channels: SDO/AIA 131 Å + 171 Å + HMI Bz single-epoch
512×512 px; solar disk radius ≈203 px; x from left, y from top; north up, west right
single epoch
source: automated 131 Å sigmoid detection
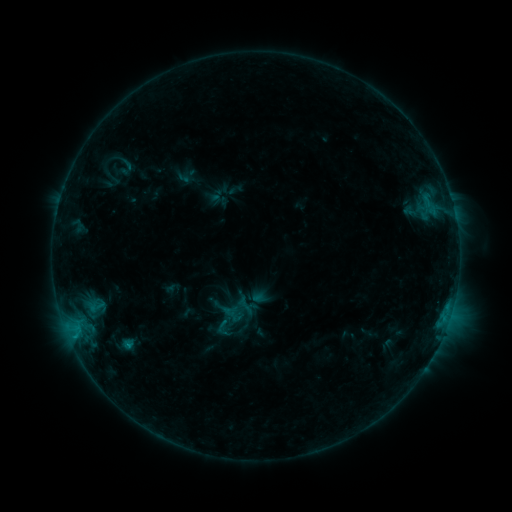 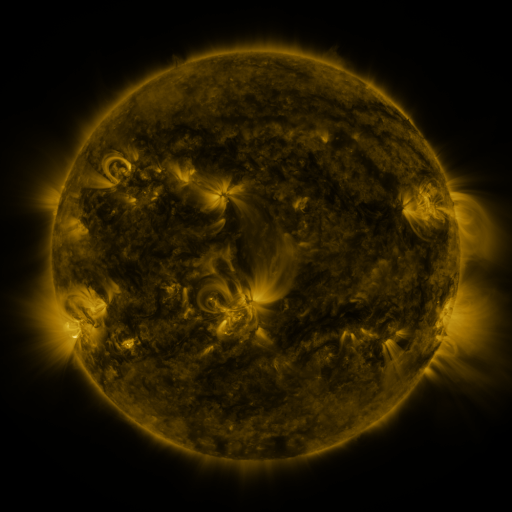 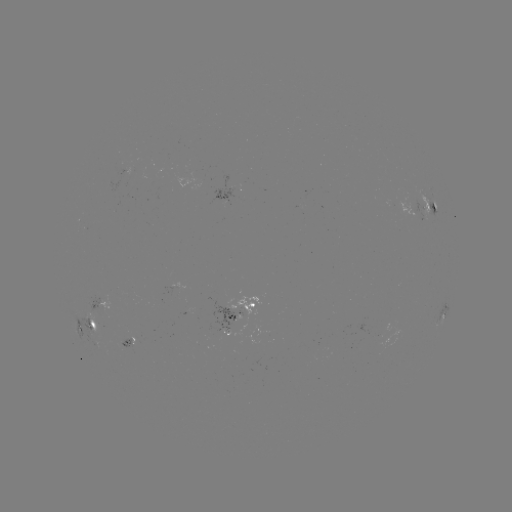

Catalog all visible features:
sigmoid: (211, 317, 236, 339)
